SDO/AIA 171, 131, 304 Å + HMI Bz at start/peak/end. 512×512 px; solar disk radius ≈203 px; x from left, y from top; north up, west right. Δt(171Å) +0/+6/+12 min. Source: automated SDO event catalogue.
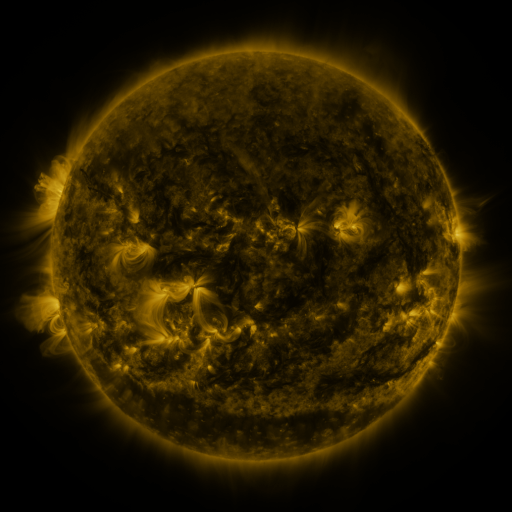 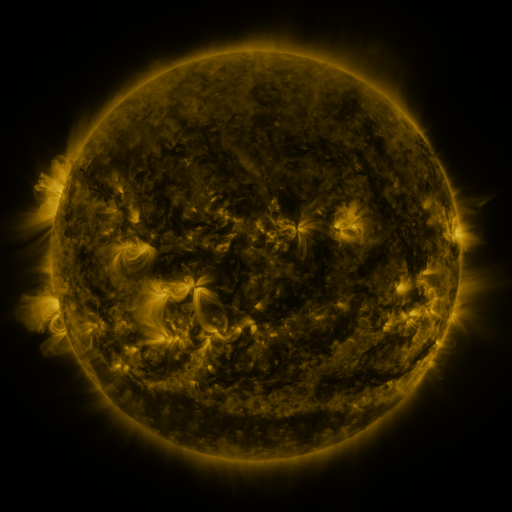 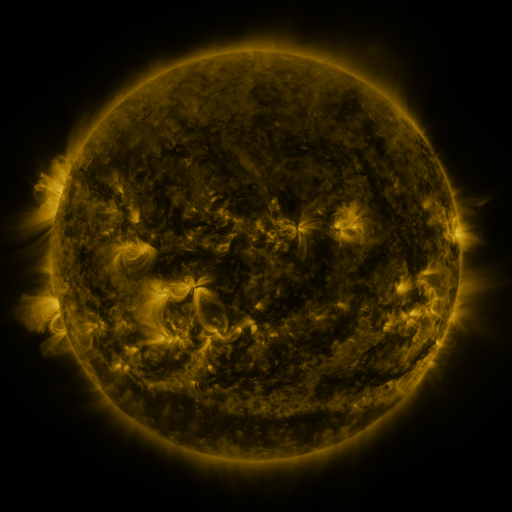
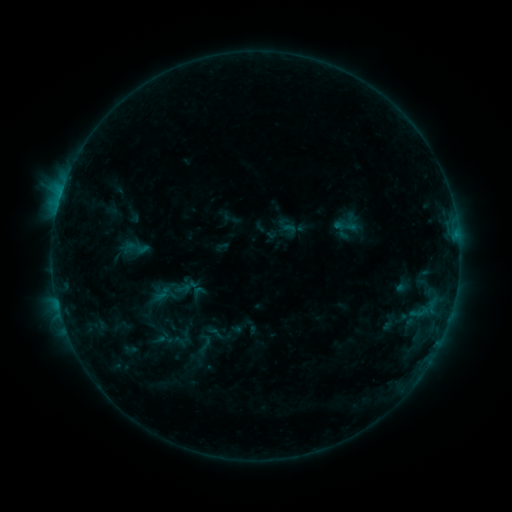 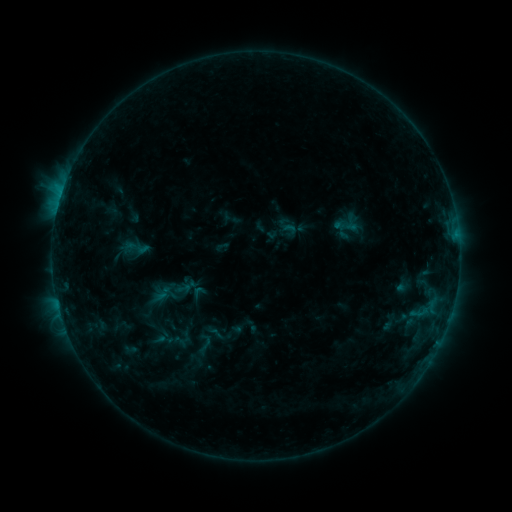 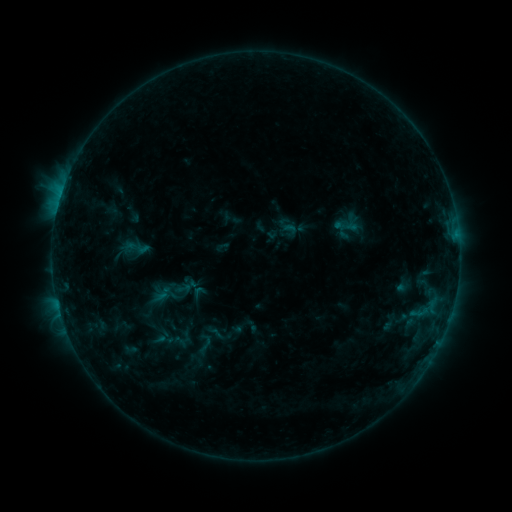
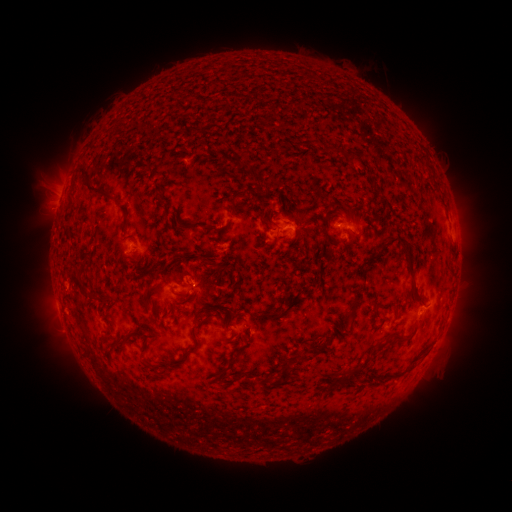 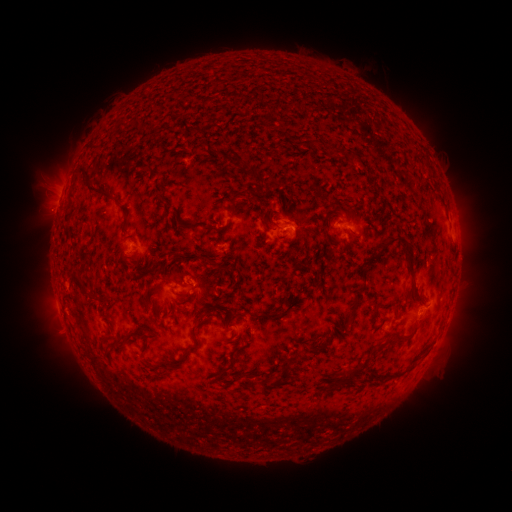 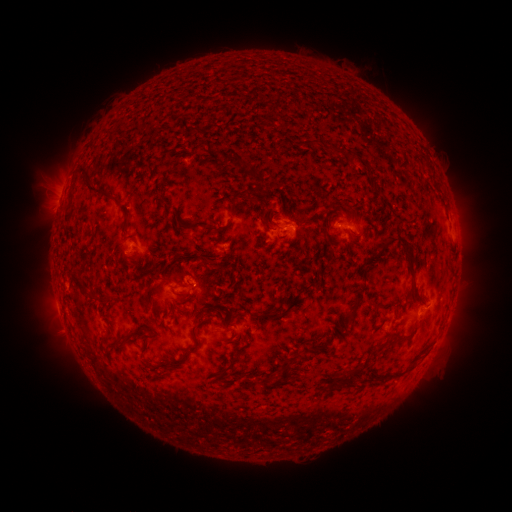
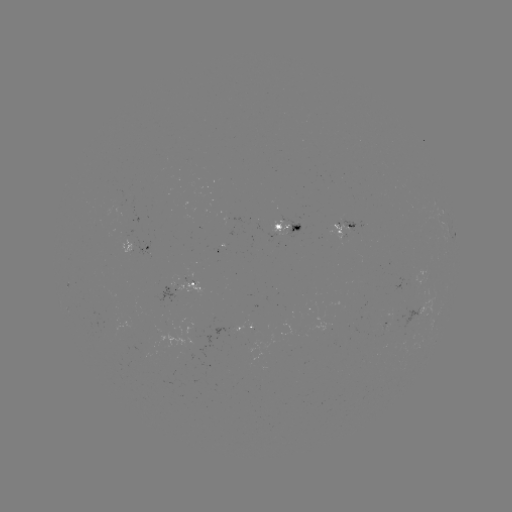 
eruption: (22, 187, 80, 240)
